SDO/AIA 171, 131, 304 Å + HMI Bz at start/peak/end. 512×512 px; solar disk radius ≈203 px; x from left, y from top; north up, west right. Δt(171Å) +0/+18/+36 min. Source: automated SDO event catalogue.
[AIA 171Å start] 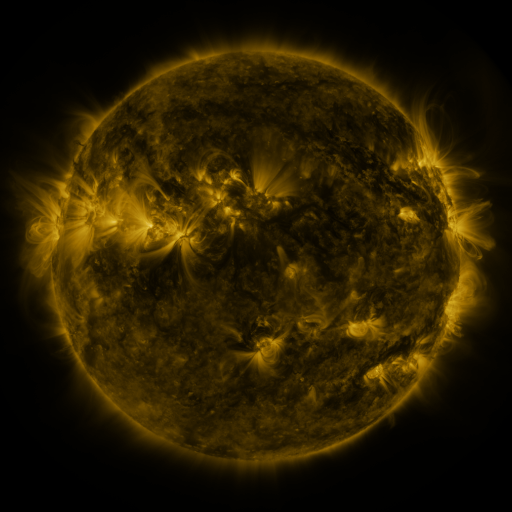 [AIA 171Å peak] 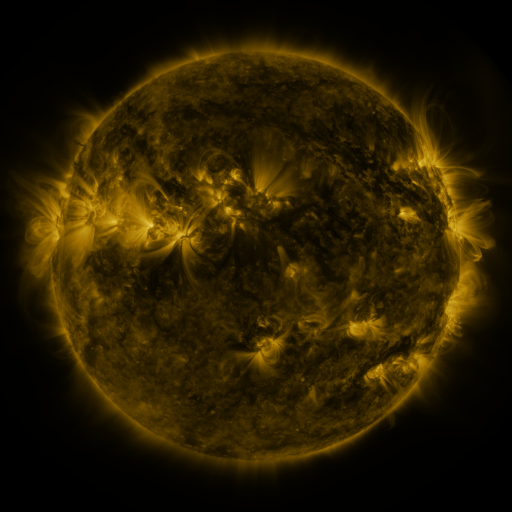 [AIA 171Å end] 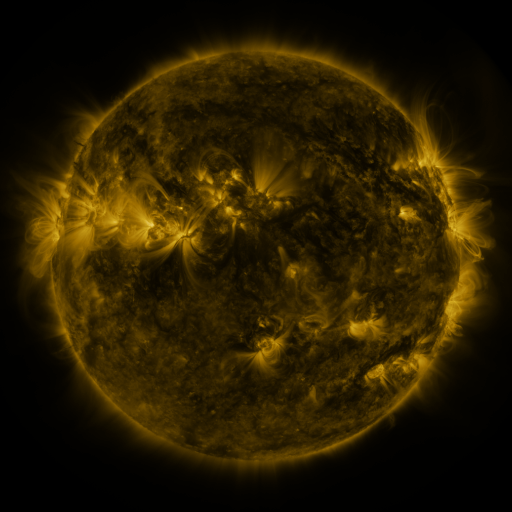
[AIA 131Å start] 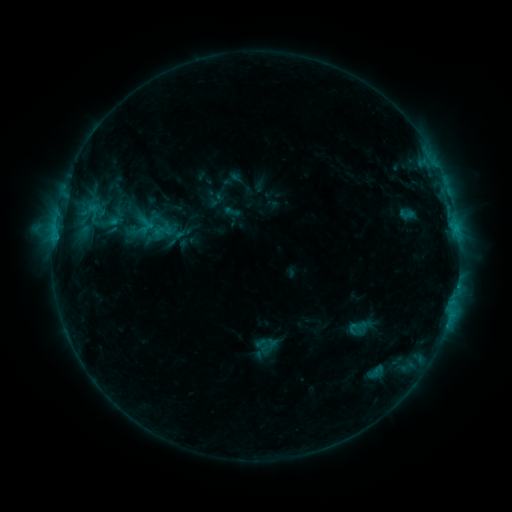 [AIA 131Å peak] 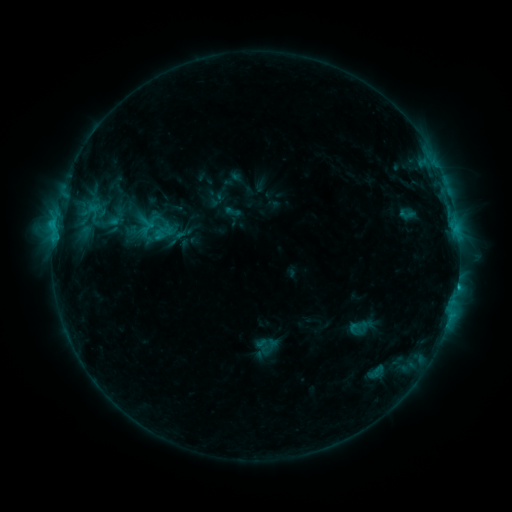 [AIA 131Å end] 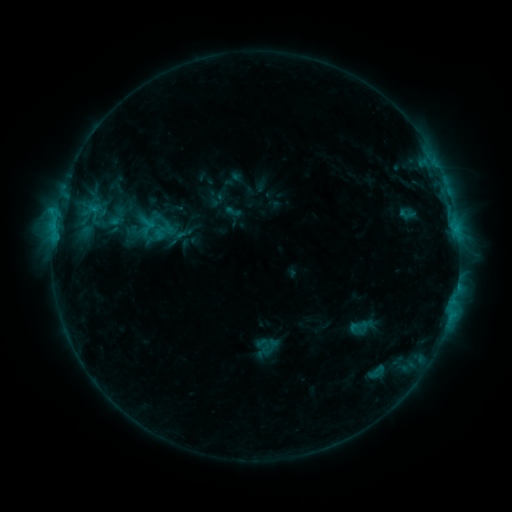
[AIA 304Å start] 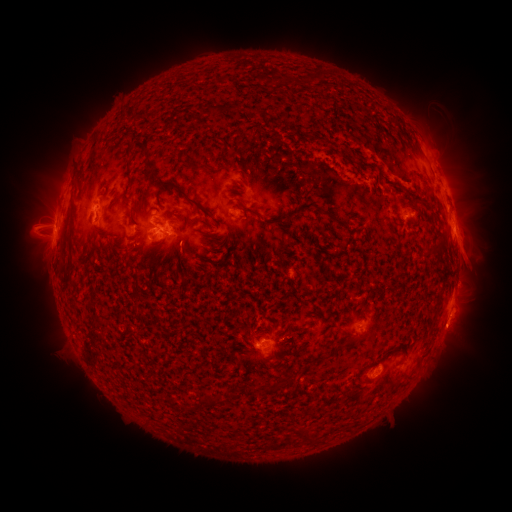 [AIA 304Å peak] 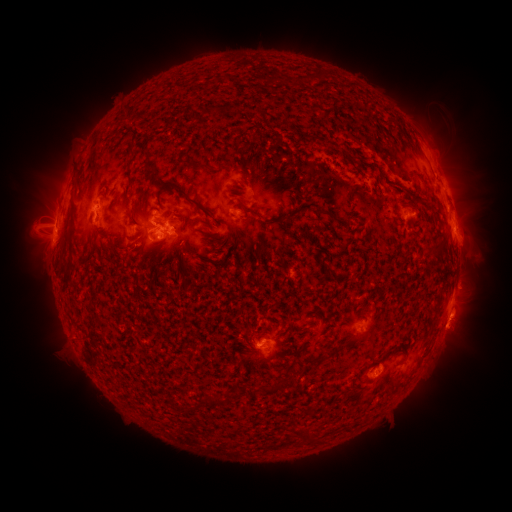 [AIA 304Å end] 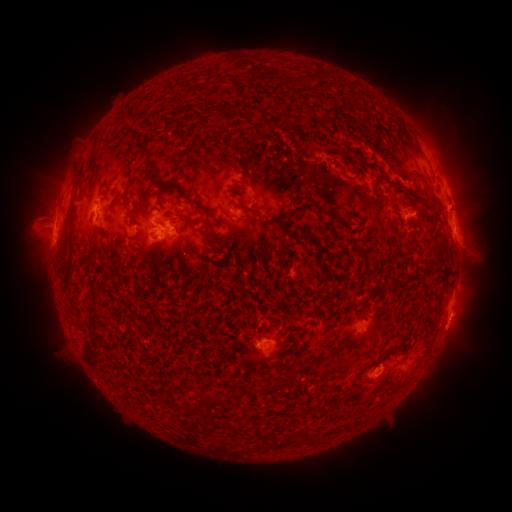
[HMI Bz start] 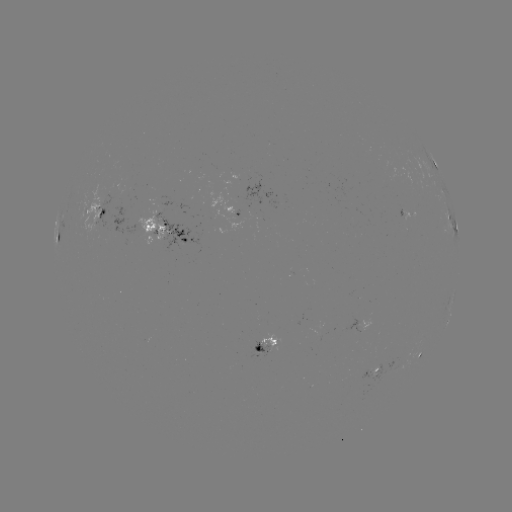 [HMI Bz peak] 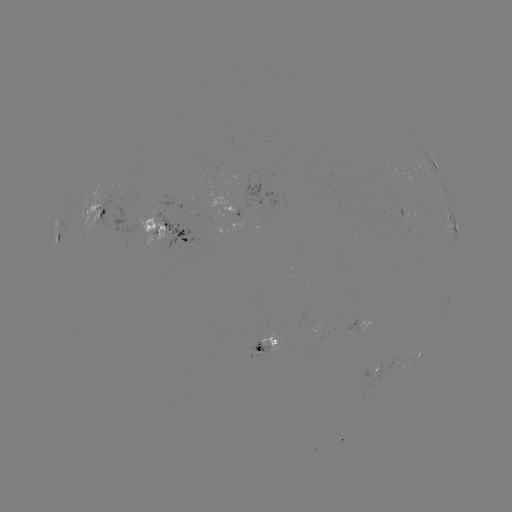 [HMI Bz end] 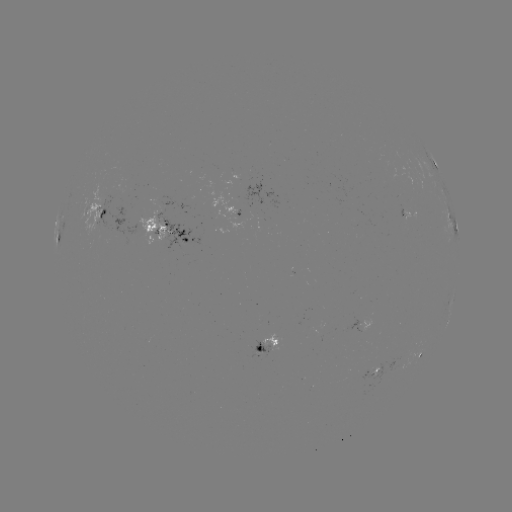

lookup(C2.3 flare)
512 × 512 [457, 284]